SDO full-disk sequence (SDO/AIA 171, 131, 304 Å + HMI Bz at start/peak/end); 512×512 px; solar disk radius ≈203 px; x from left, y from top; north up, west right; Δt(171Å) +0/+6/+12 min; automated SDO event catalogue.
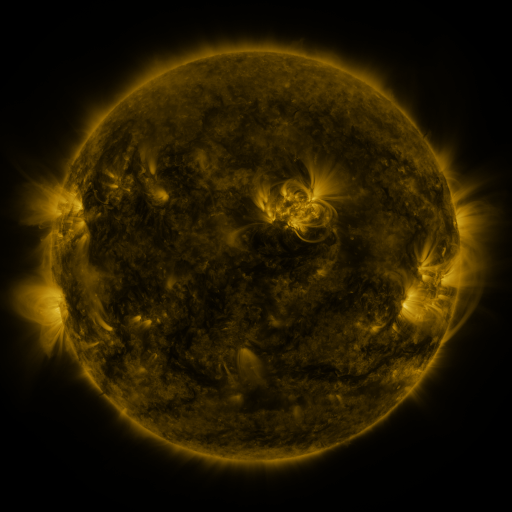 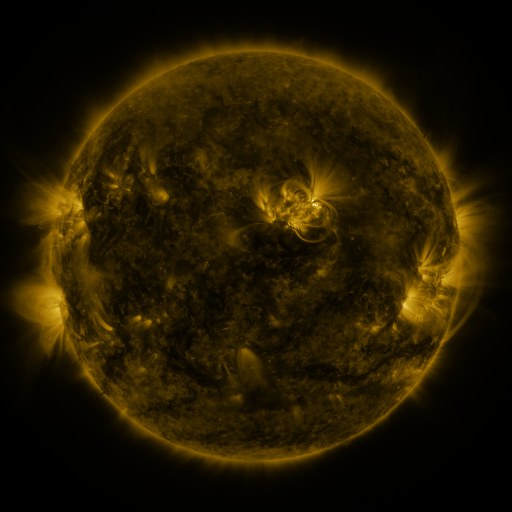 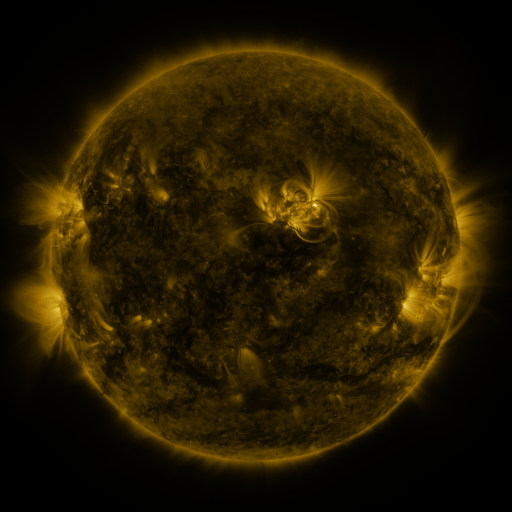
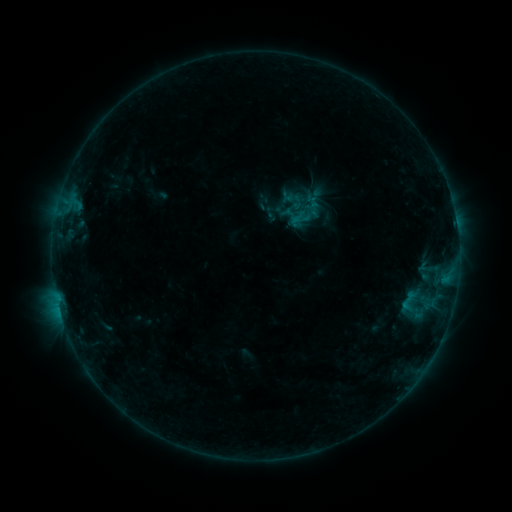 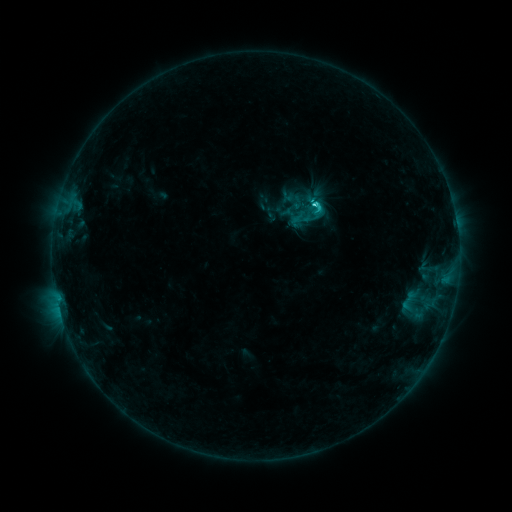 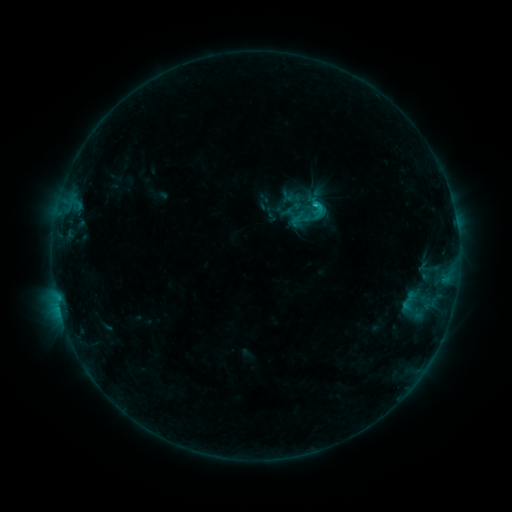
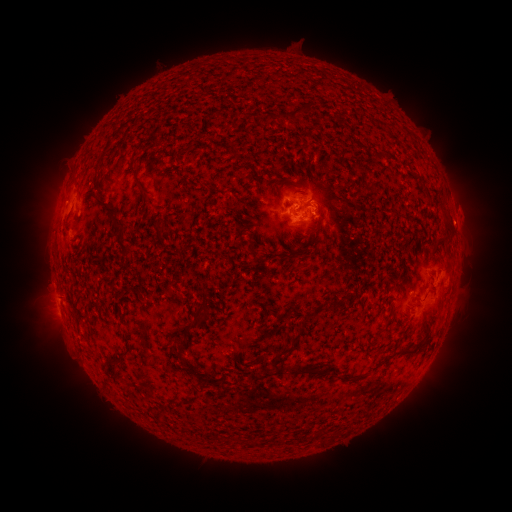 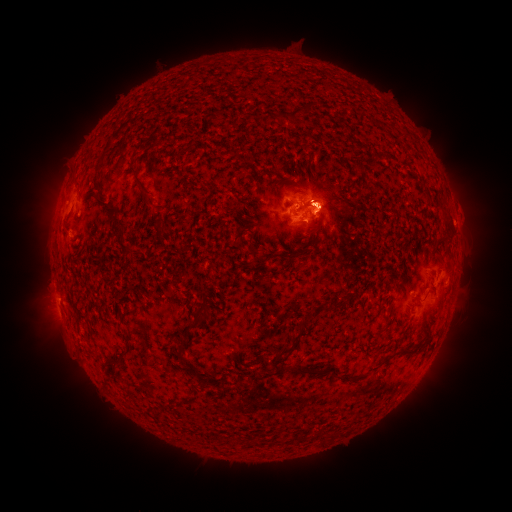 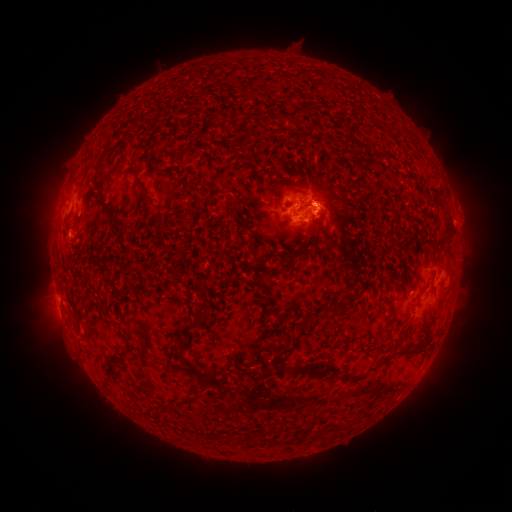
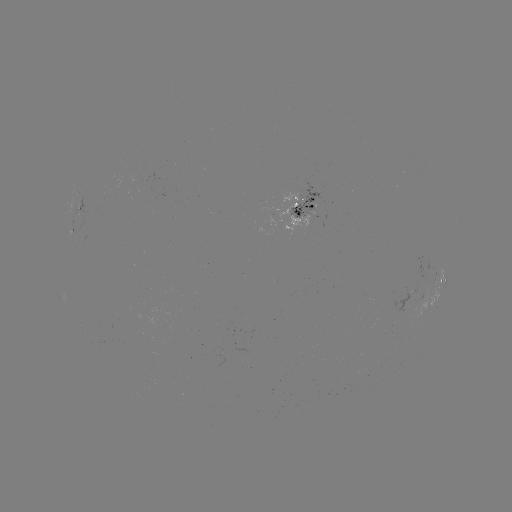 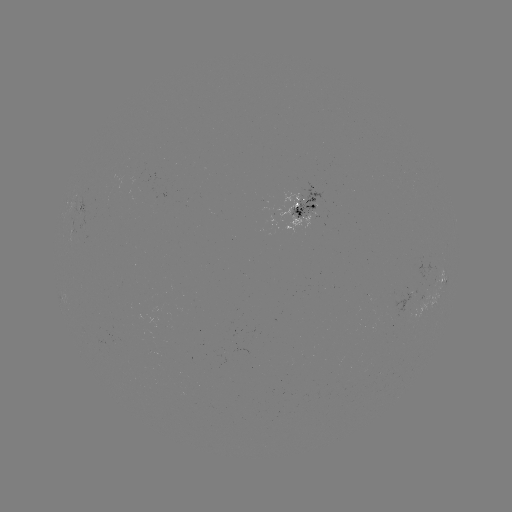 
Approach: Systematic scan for C3.0 flare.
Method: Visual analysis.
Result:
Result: C3.0 flare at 314,205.